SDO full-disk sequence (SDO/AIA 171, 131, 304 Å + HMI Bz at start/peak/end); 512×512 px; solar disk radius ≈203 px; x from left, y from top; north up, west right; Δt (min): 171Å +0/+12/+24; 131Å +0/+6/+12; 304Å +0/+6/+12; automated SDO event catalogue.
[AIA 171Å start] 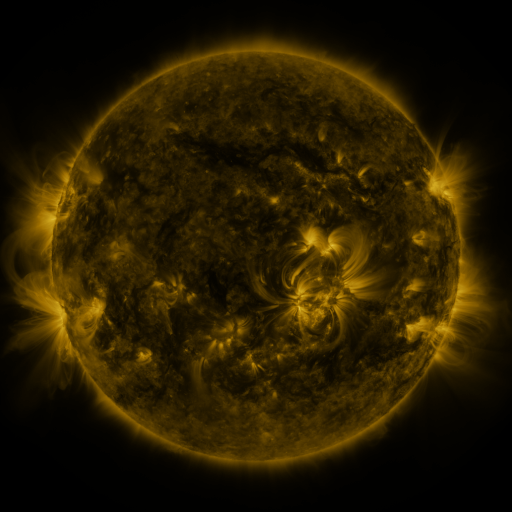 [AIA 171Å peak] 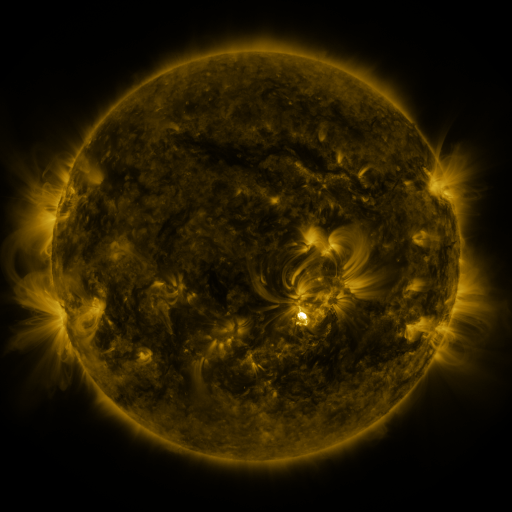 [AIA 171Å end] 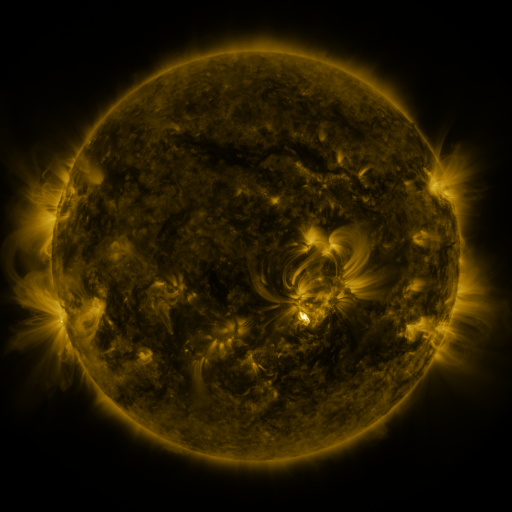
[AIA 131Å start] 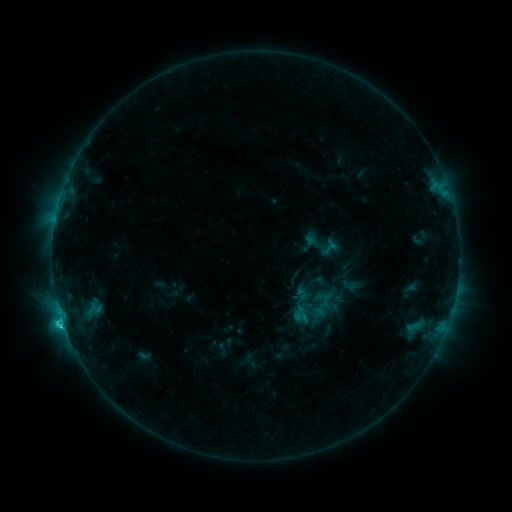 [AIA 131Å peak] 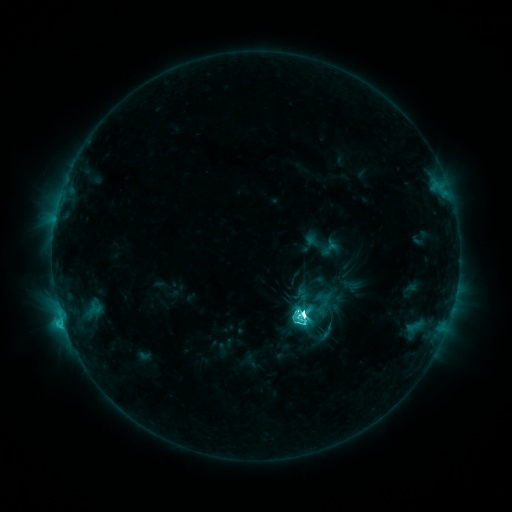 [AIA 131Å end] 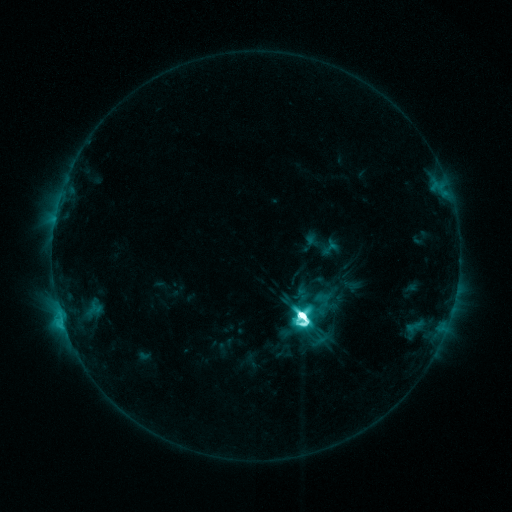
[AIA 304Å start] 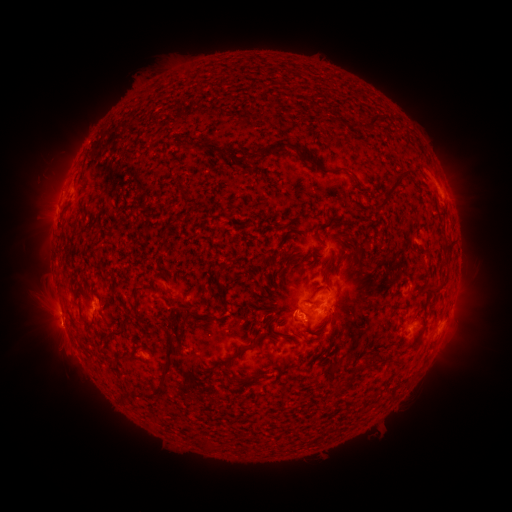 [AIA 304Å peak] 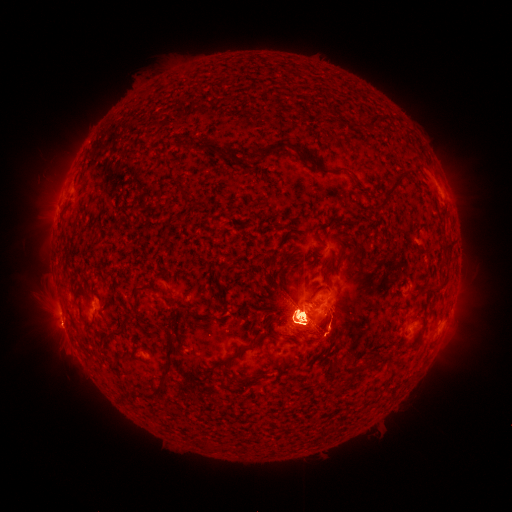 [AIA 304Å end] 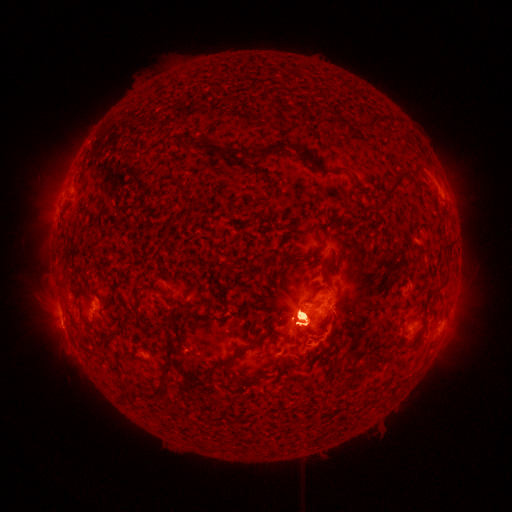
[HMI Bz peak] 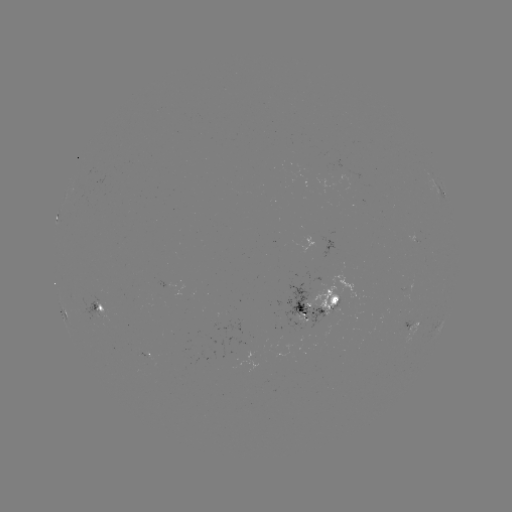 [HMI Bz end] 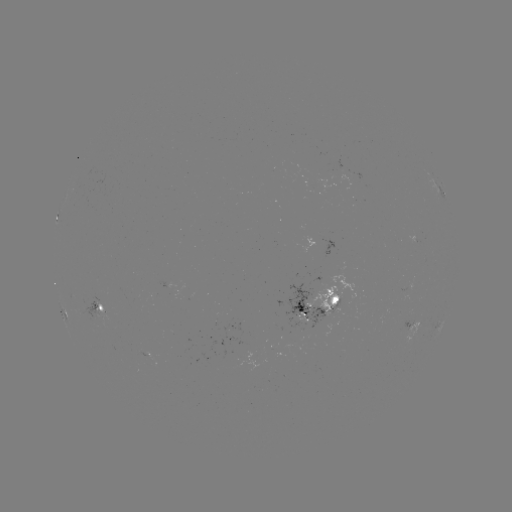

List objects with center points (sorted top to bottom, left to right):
X1.1 flare: (300, 313)
